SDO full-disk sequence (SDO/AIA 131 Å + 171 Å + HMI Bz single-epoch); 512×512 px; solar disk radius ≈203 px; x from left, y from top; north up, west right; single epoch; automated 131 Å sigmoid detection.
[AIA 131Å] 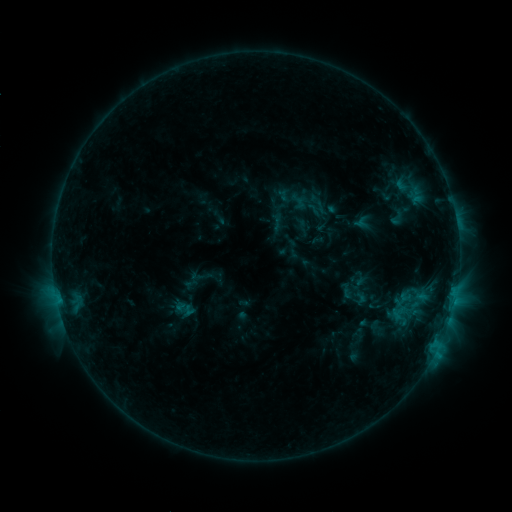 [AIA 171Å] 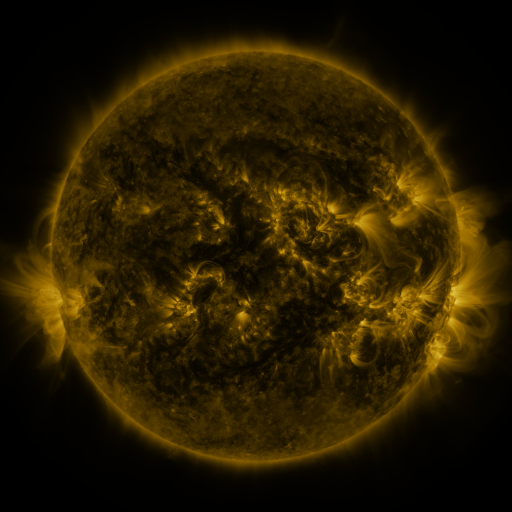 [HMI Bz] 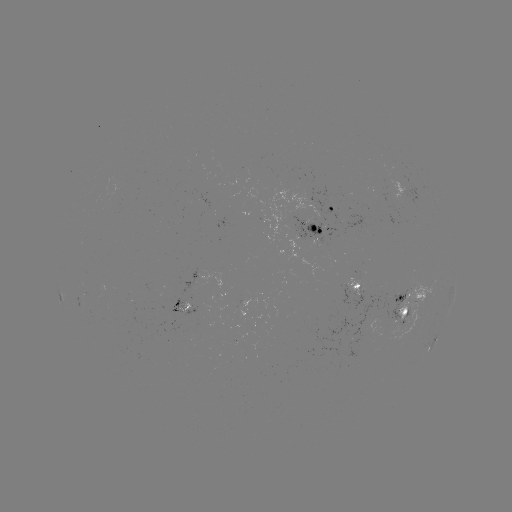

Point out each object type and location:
sigmoid: (266, 212, 287, 232)
